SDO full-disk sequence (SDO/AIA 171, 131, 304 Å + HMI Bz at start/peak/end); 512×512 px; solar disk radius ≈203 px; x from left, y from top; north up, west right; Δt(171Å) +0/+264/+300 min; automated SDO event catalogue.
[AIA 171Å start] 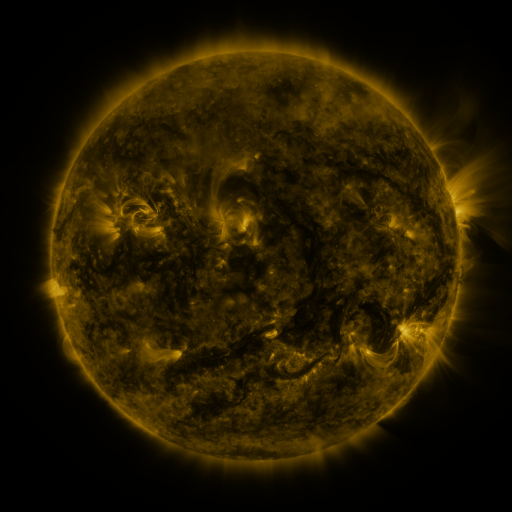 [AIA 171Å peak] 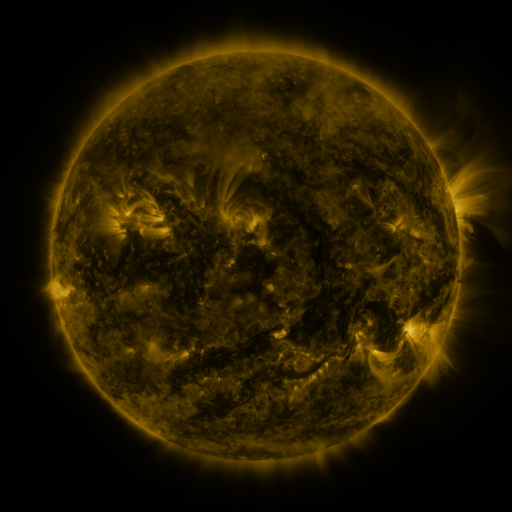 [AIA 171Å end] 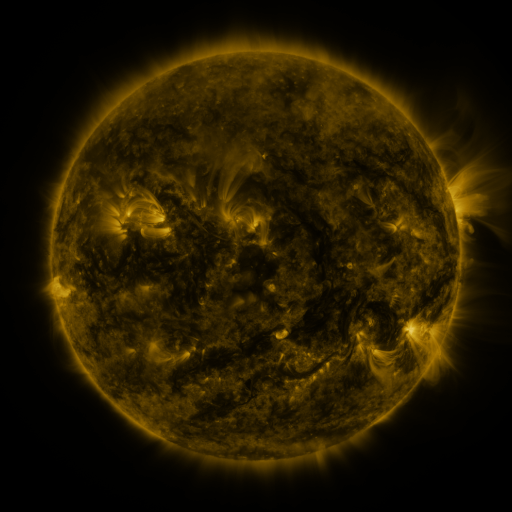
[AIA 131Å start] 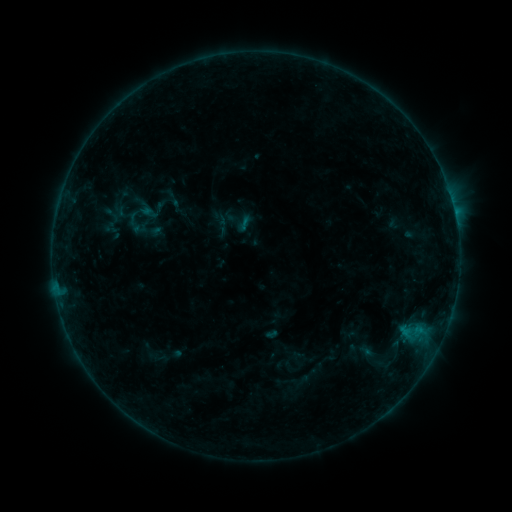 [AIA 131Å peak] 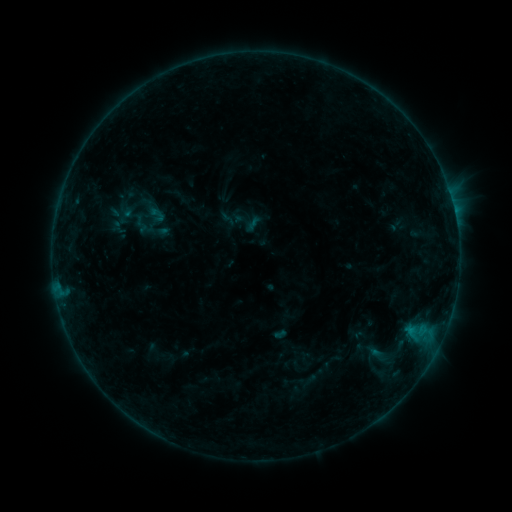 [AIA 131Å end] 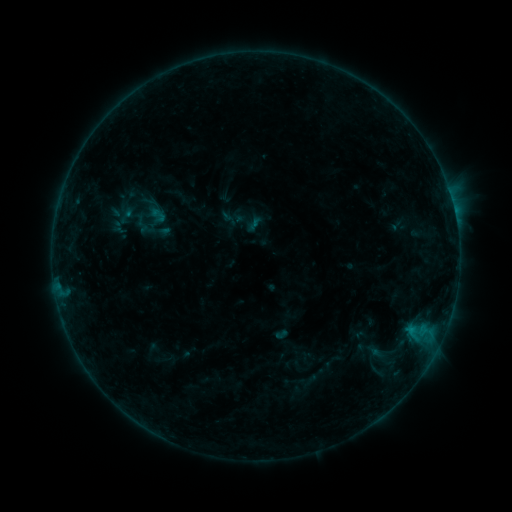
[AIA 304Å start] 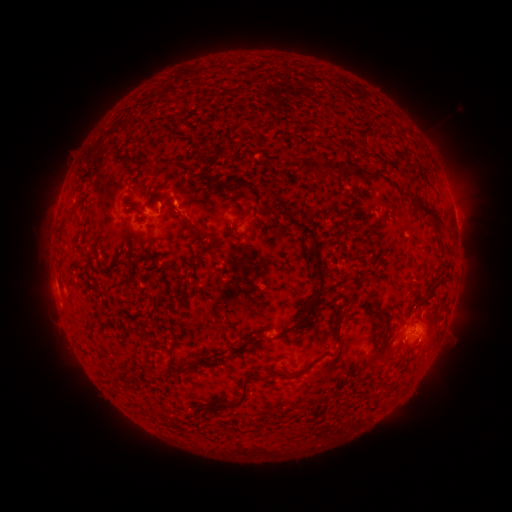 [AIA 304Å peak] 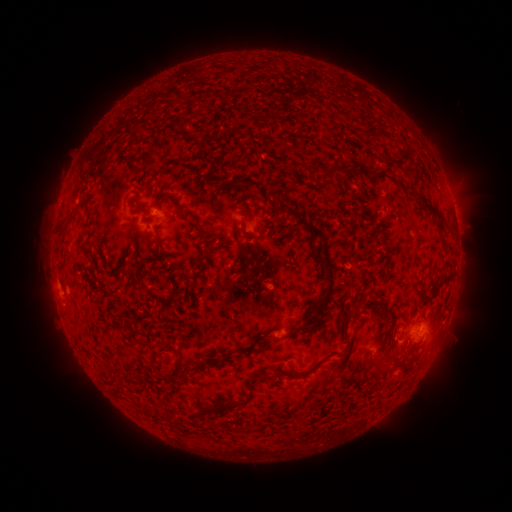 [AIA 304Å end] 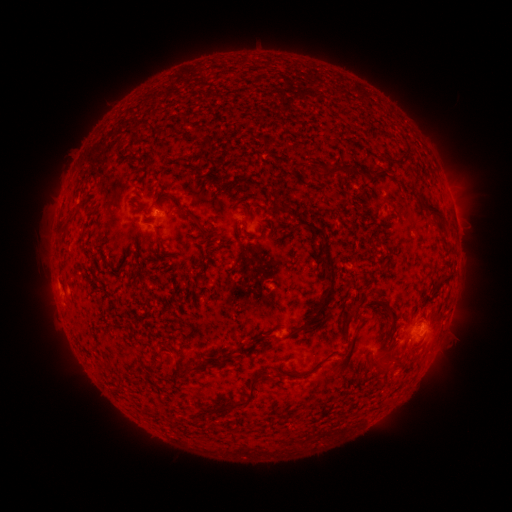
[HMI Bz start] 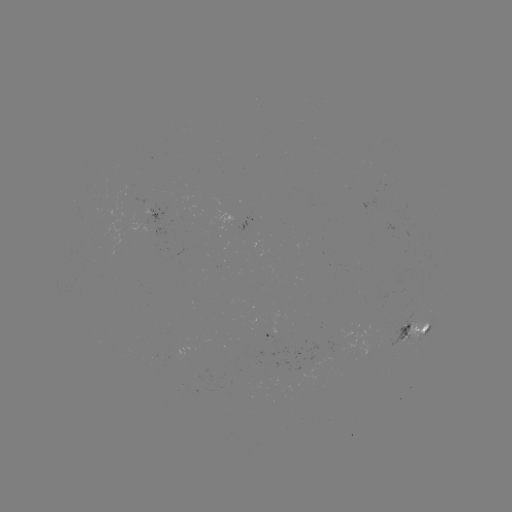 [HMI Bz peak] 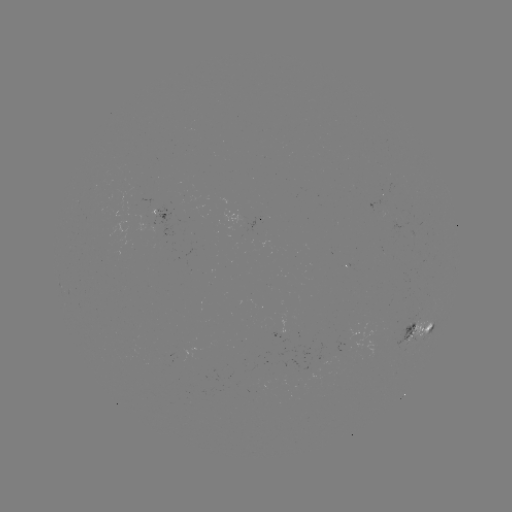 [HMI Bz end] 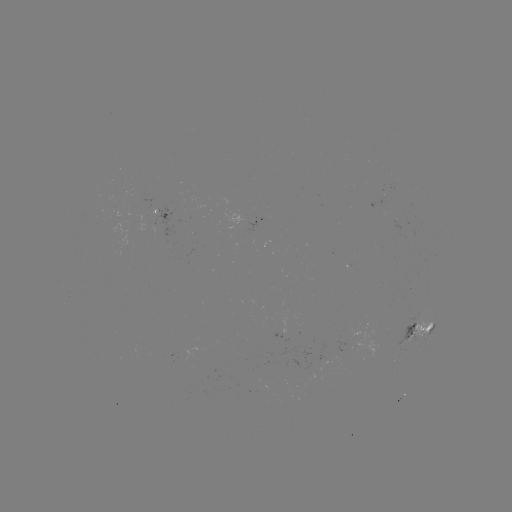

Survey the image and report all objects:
emerging-flux region: (381, 198)
